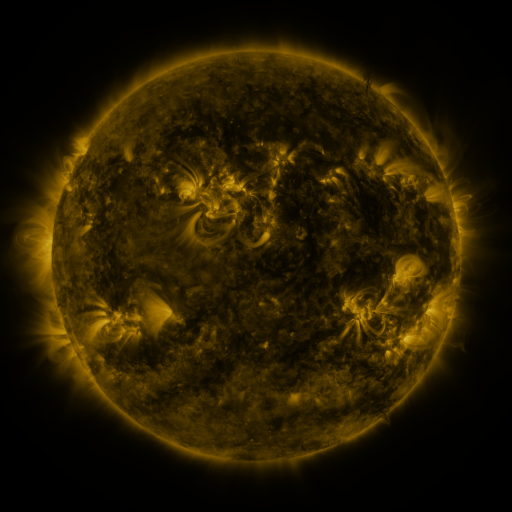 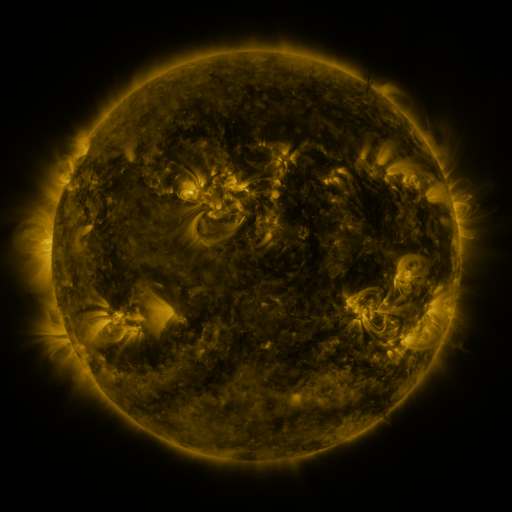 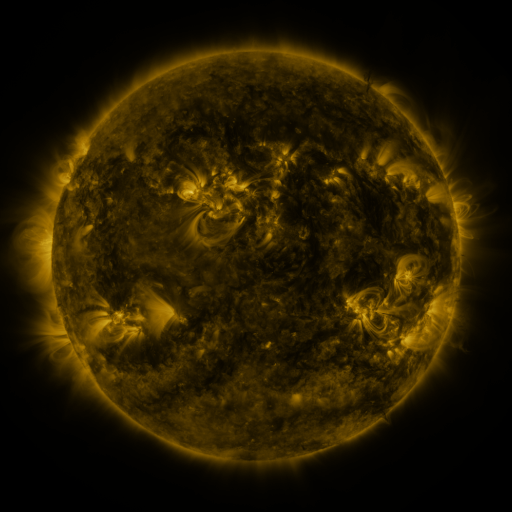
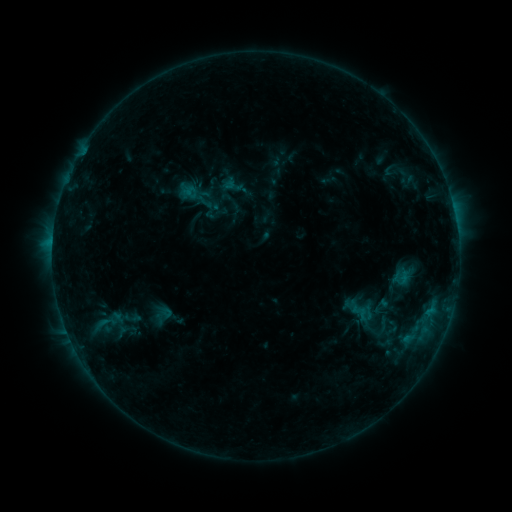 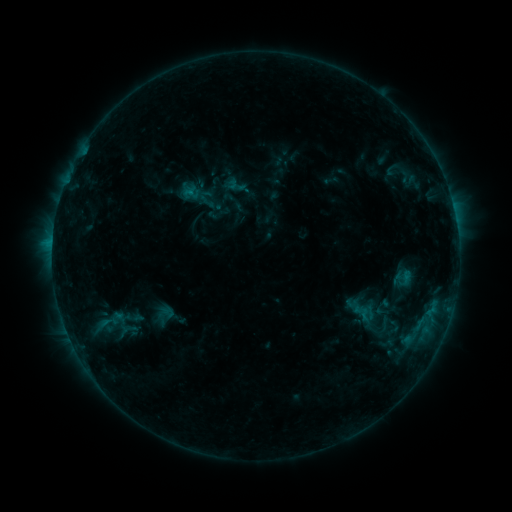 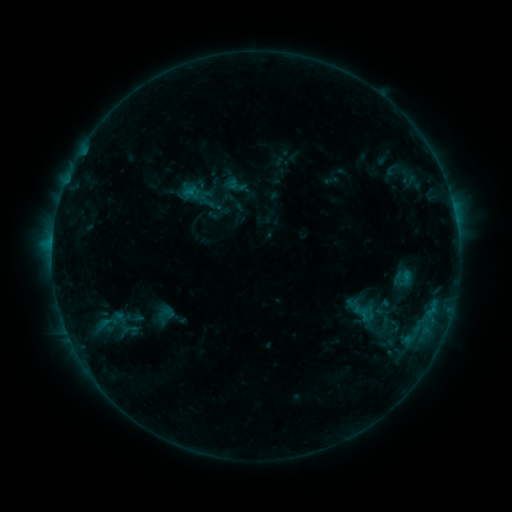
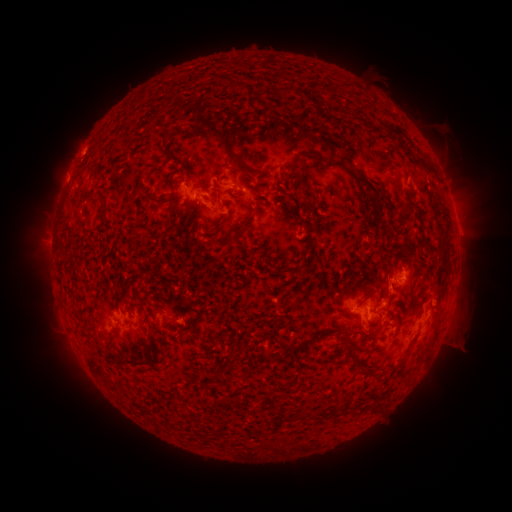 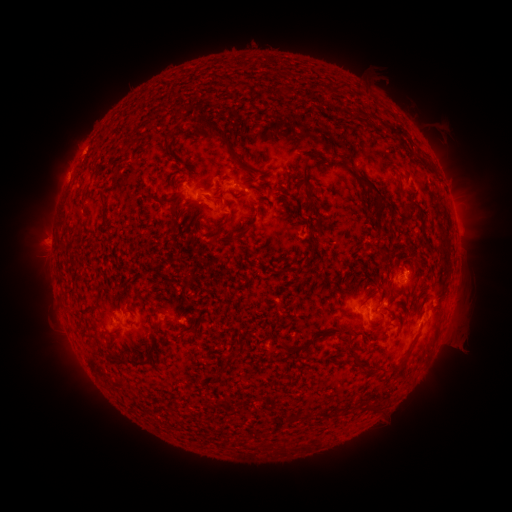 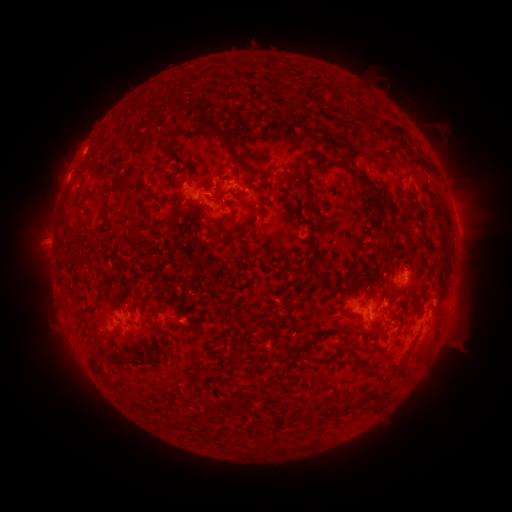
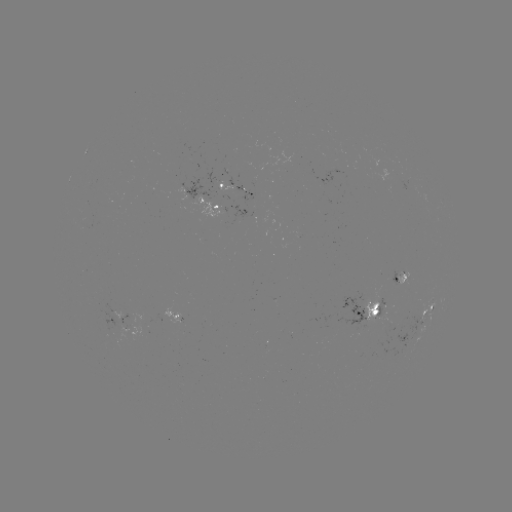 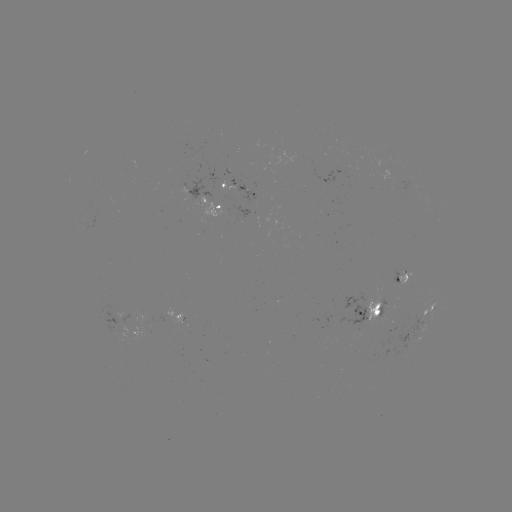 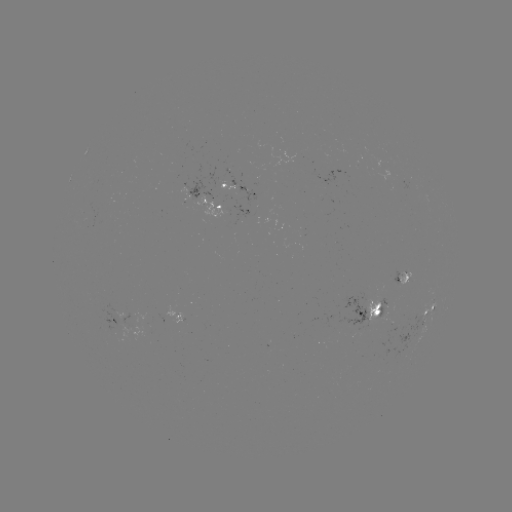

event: emerging-flux region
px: (404, 275)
